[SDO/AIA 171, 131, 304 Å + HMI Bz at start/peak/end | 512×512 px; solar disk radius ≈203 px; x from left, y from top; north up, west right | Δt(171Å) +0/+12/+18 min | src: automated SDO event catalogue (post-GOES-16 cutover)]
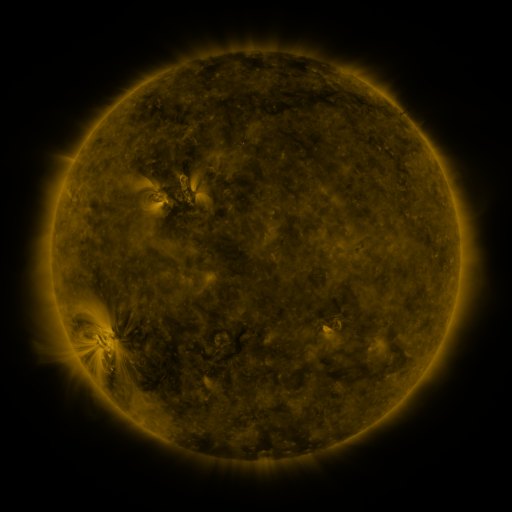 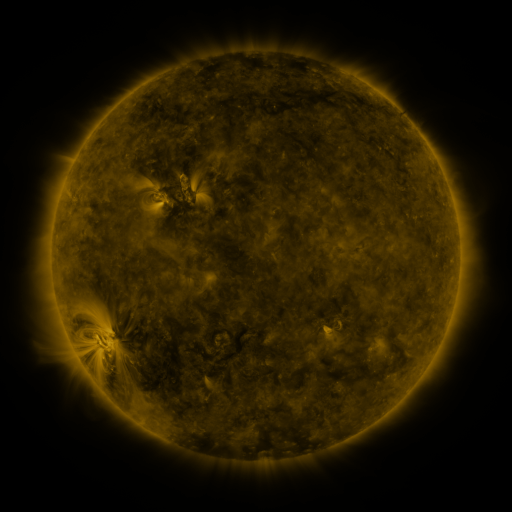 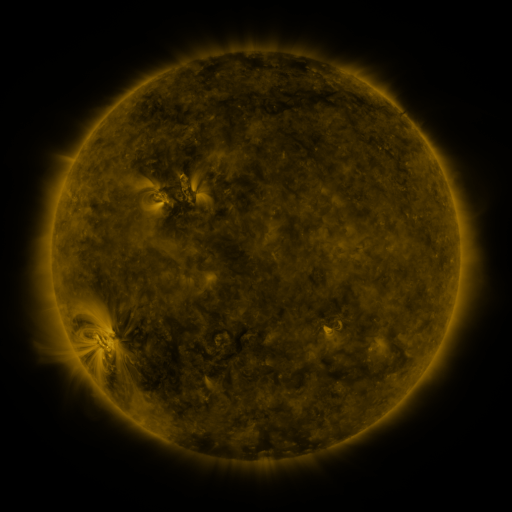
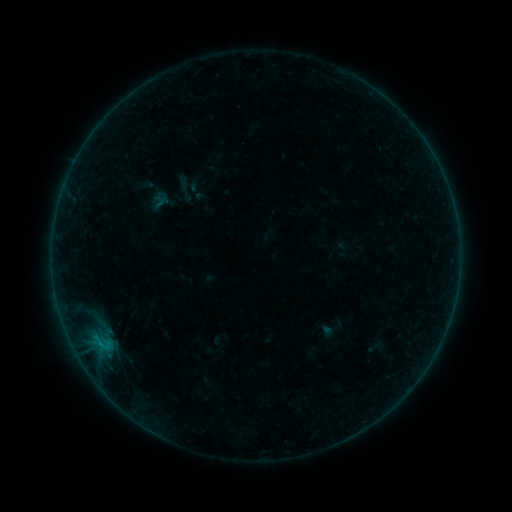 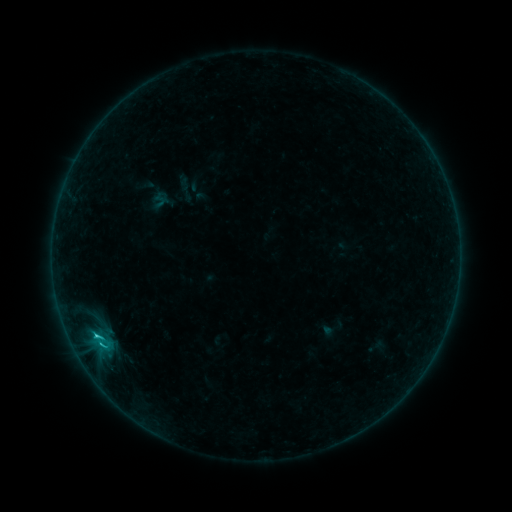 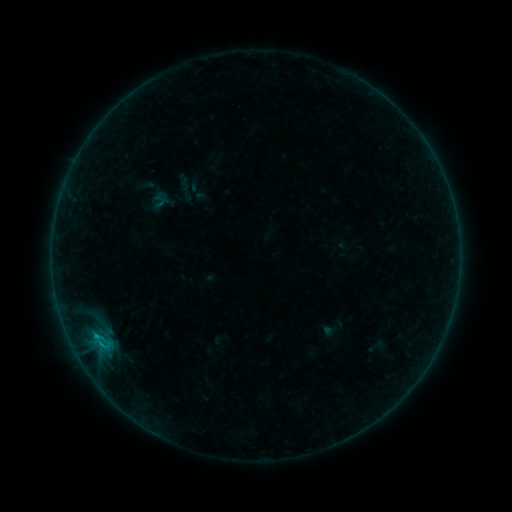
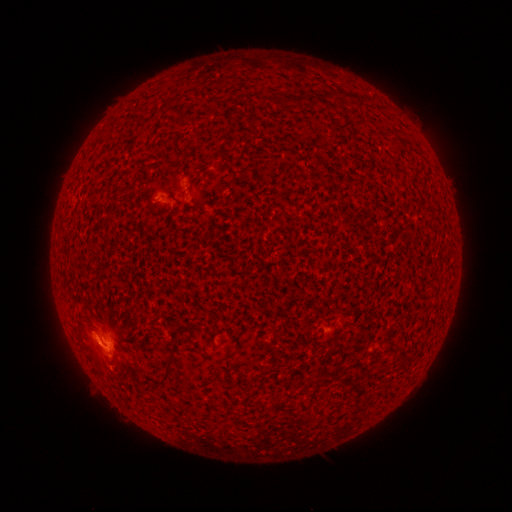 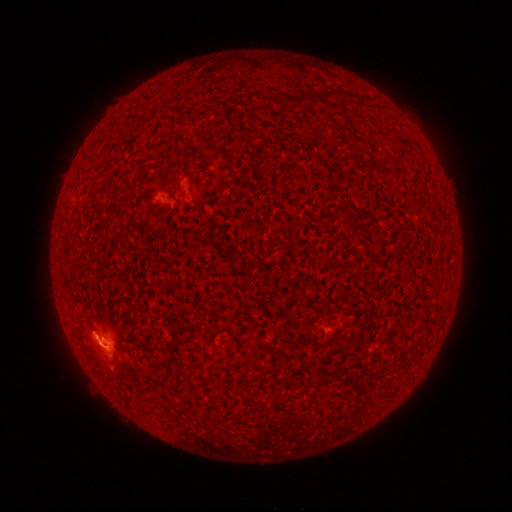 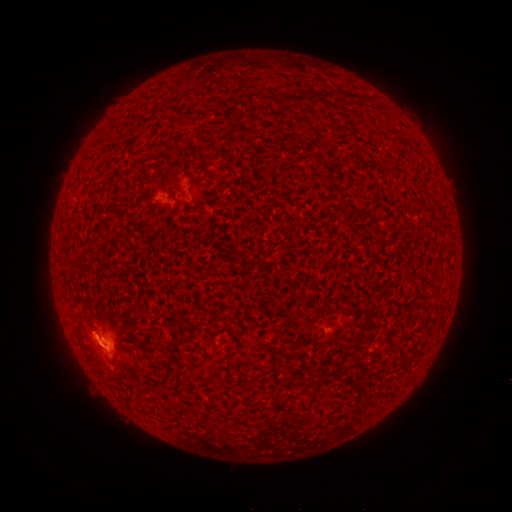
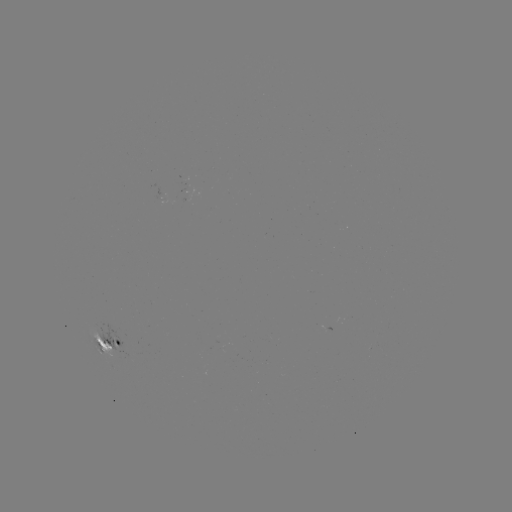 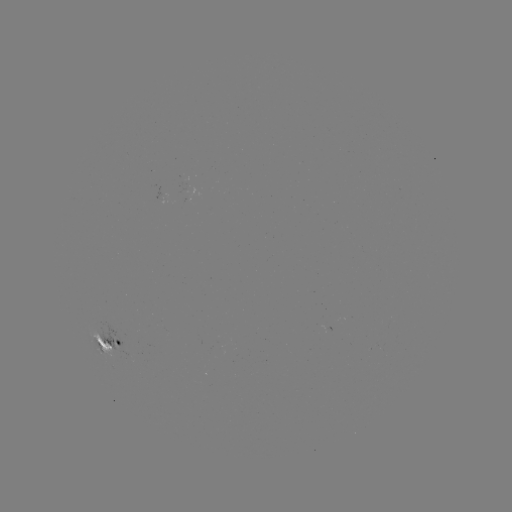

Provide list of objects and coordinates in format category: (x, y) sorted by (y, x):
C1.7 flare: (98, 336)
